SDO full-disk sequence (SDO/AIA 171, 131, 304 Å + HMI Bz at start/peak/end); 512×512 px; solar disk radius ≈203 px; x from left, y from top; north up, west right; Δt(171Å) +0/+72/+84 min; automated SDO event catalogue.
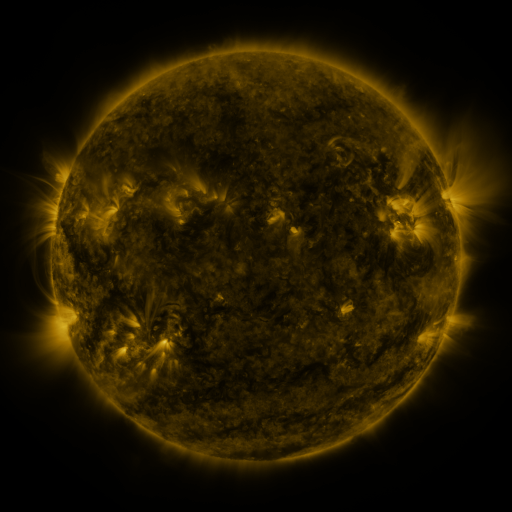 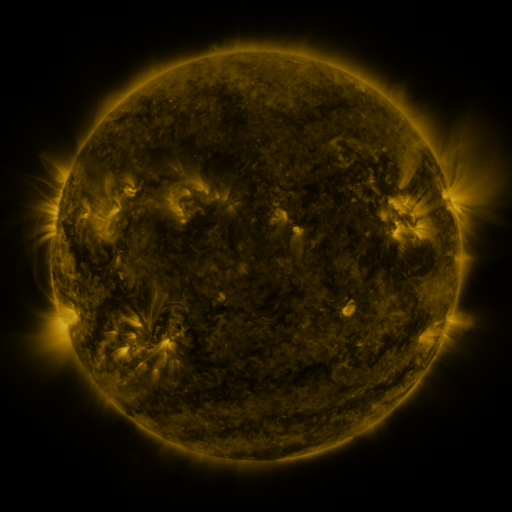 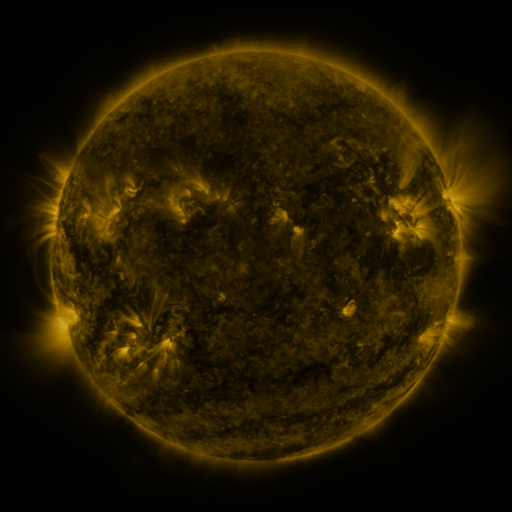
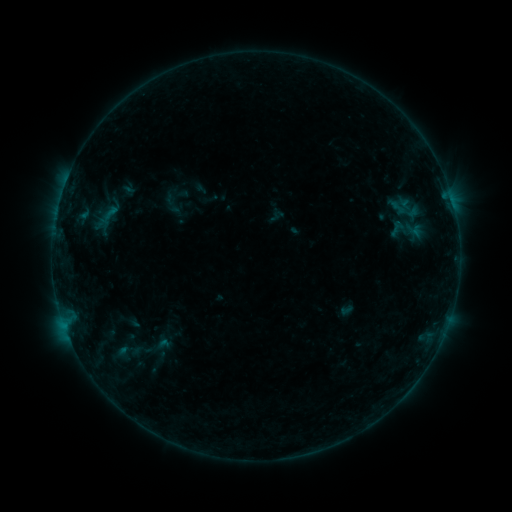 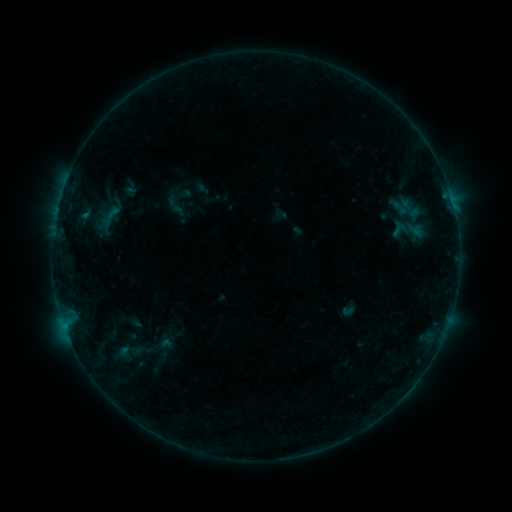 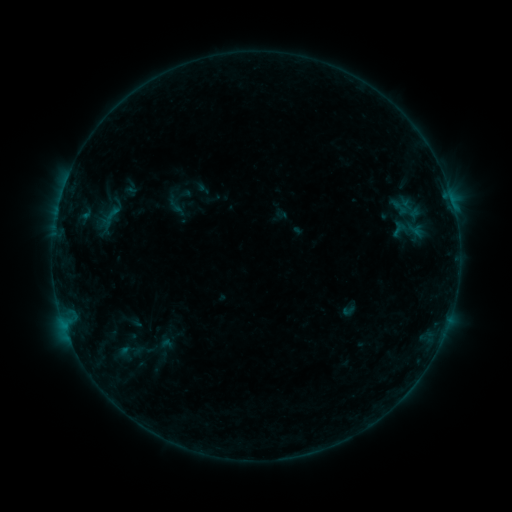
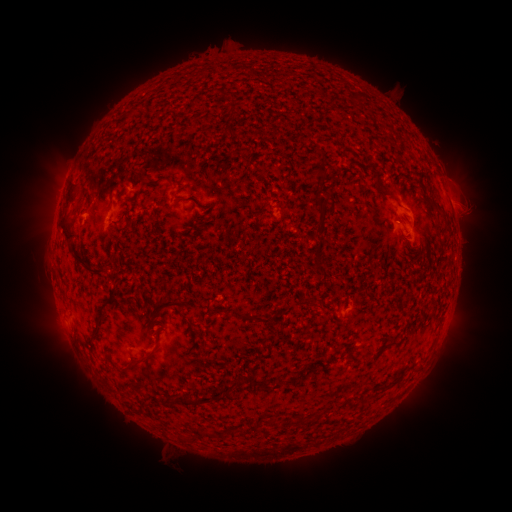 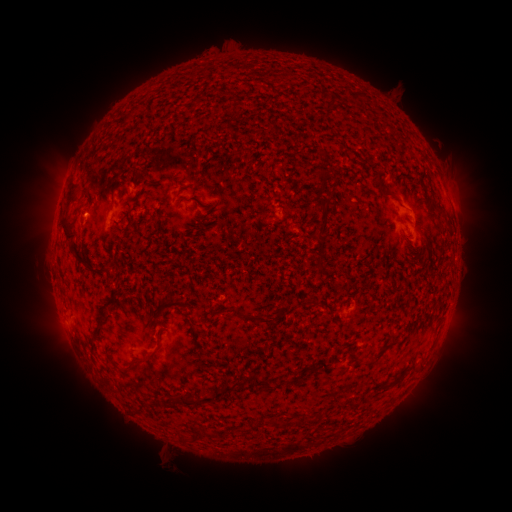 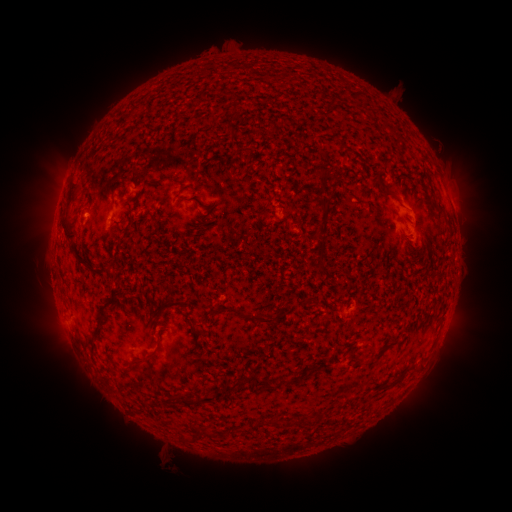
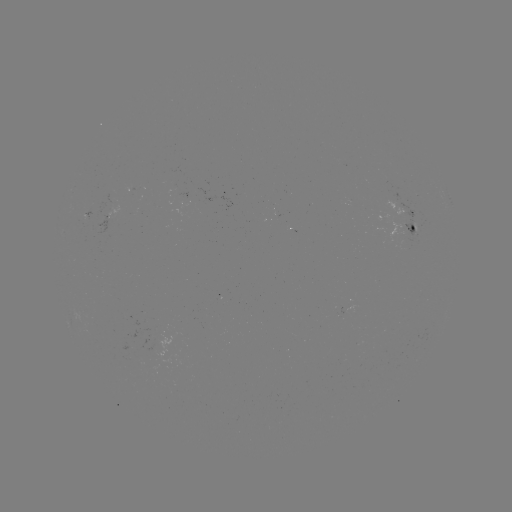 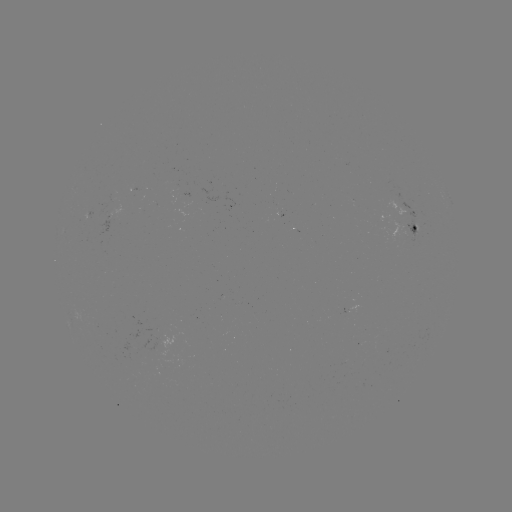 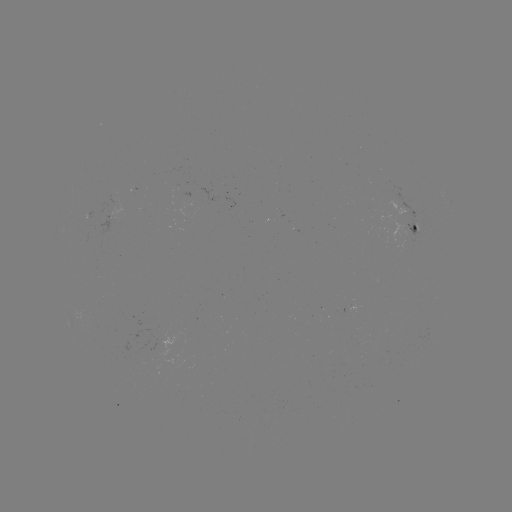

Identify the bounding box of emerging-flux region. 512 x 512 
[397, 203, 423, 242].